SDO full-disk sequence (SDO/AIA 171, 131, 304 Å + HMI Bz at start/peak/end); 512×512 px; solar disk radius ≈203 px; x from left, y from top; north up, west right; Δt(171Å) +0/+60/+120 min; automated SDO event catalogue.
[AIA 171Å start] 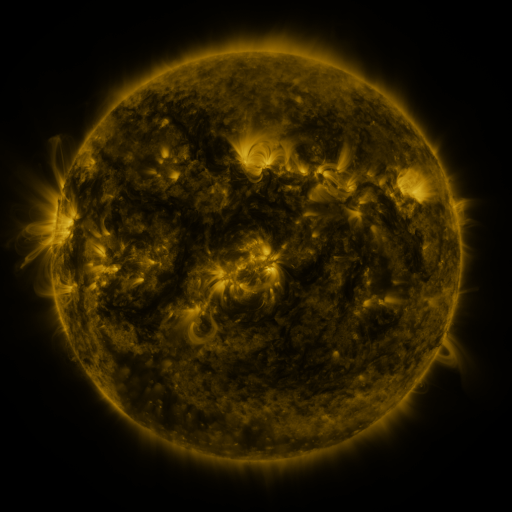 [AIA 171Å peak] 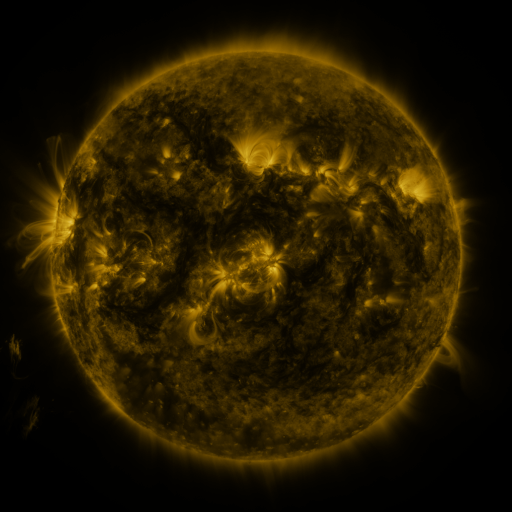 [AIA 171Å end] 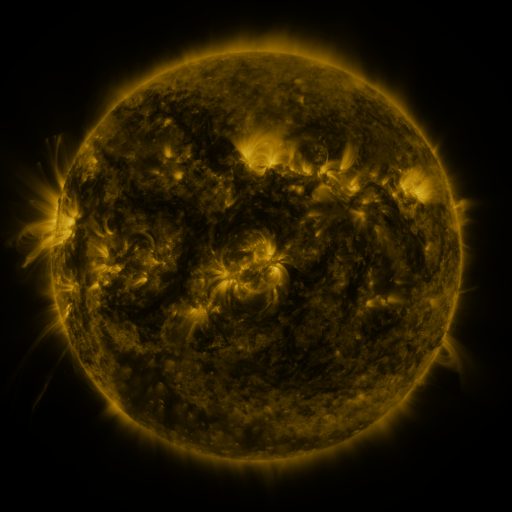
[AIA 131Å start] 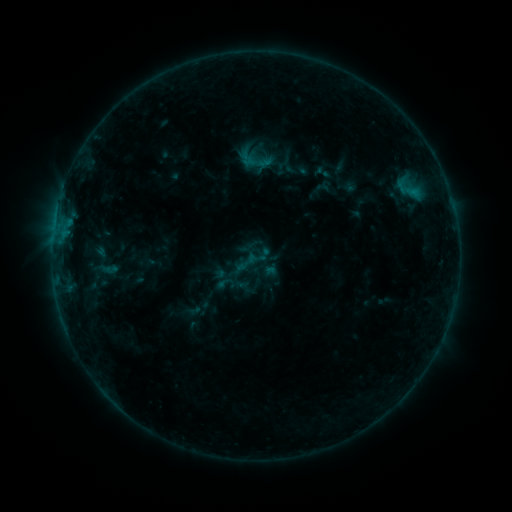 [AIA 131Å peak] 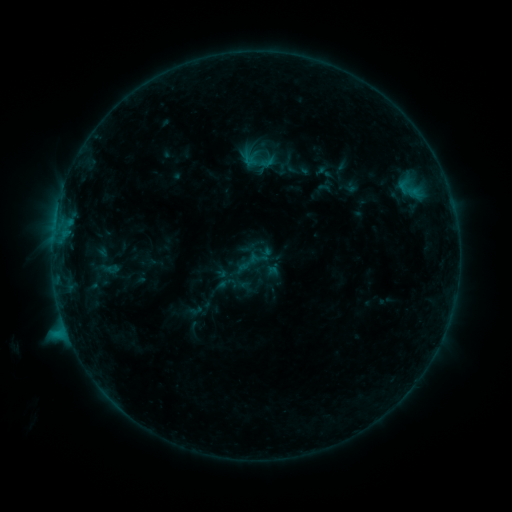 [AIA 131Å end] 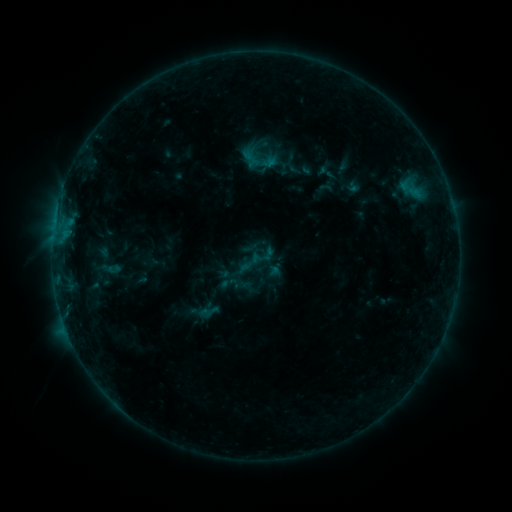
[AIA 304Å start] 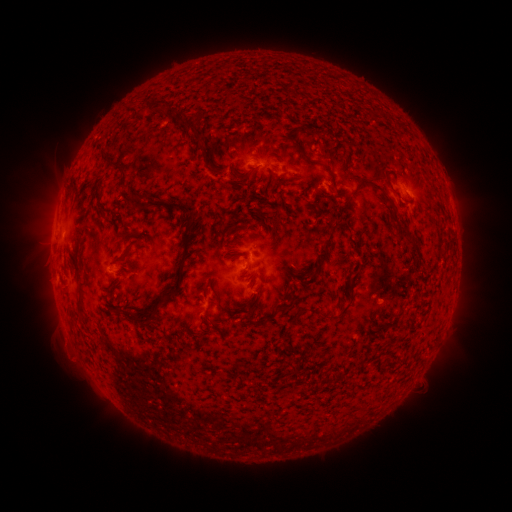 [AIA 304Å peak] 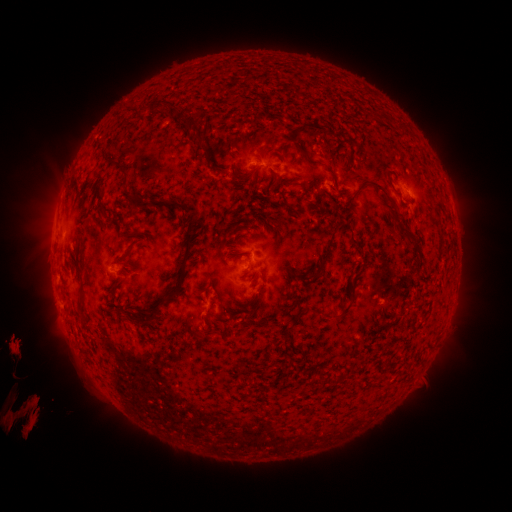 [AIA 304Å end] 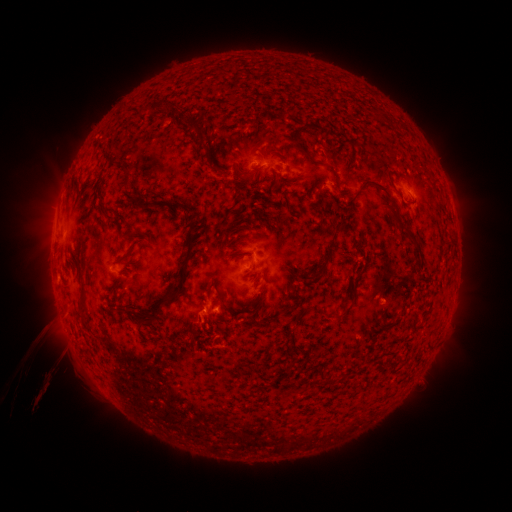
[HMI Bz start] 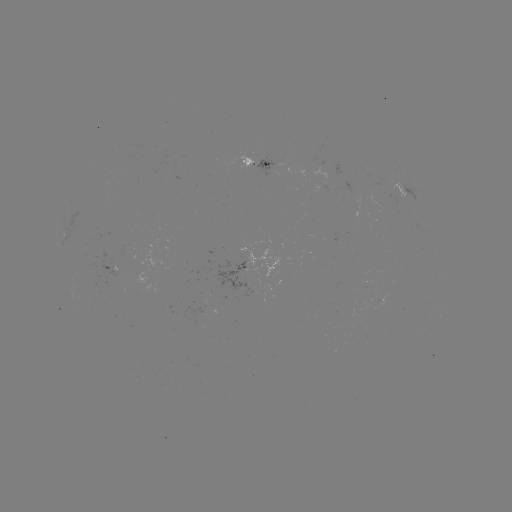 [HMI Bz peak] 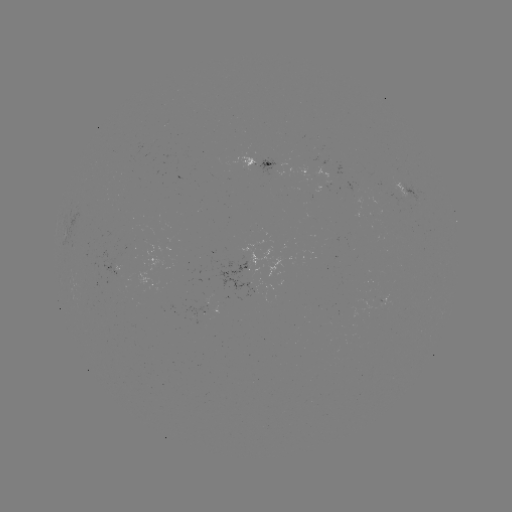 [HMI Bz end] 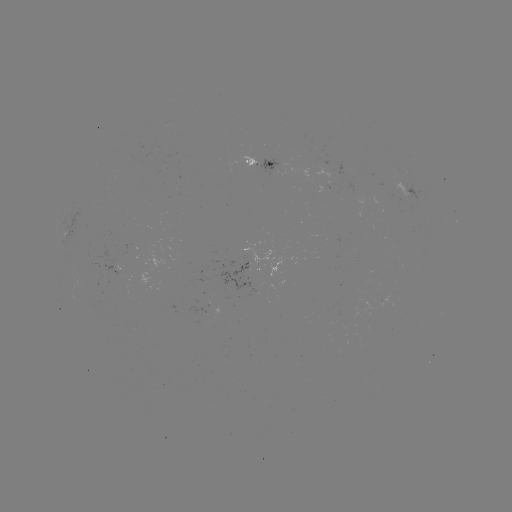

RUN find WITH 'C1.4 flare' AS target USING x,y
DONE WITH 66,327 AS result